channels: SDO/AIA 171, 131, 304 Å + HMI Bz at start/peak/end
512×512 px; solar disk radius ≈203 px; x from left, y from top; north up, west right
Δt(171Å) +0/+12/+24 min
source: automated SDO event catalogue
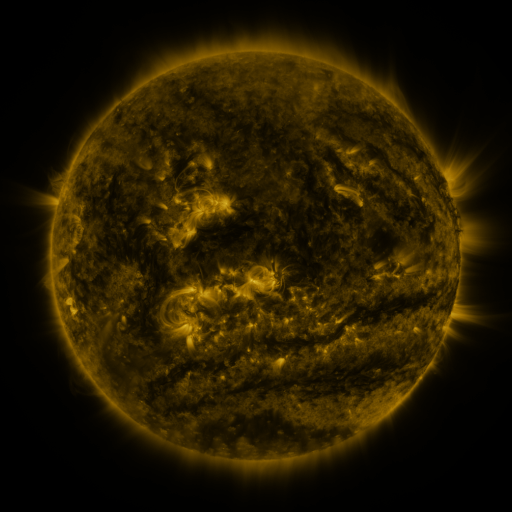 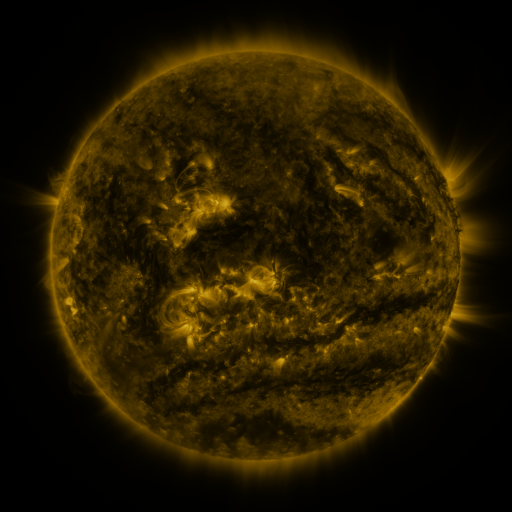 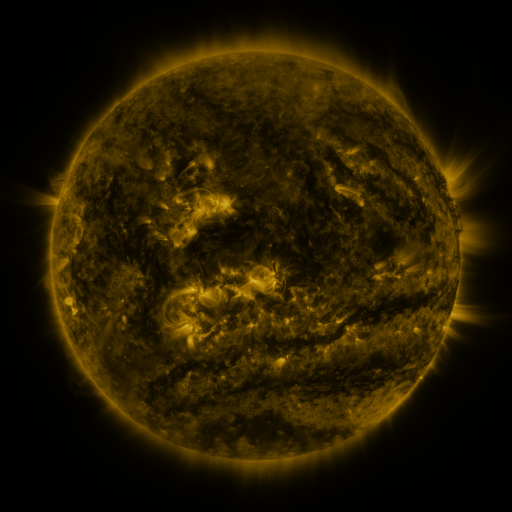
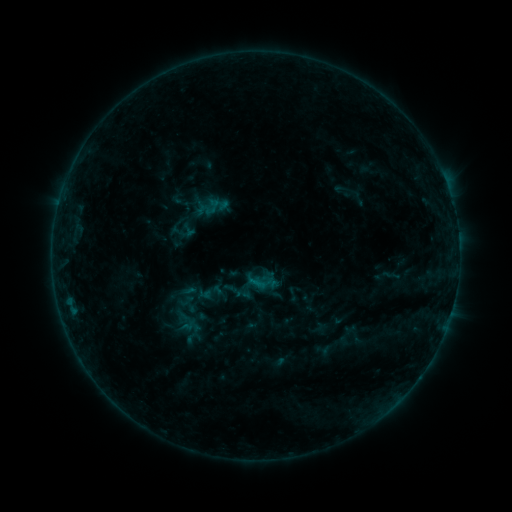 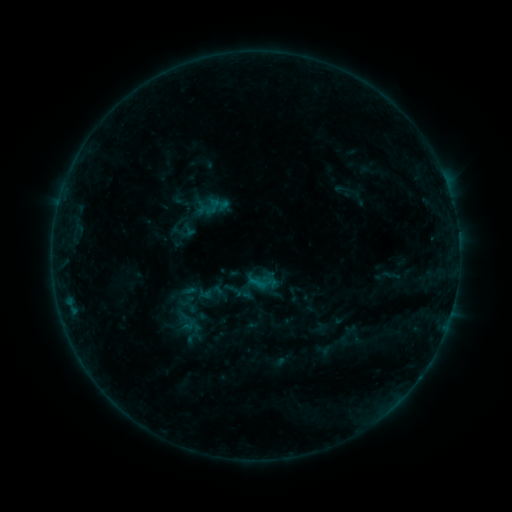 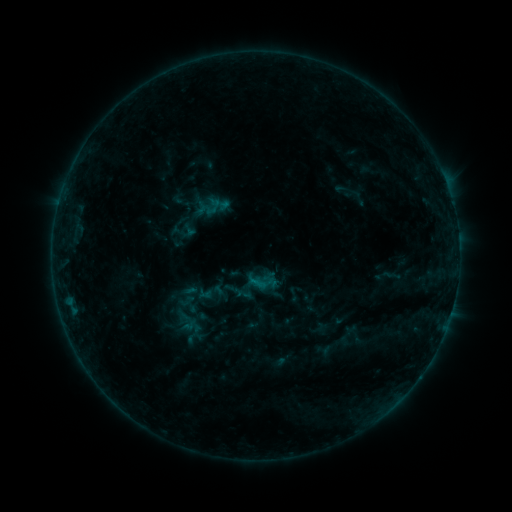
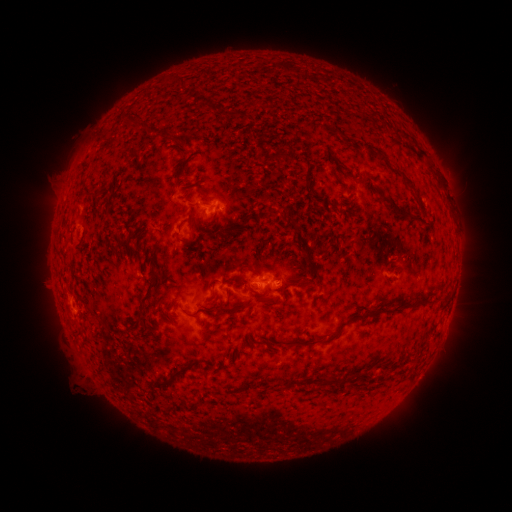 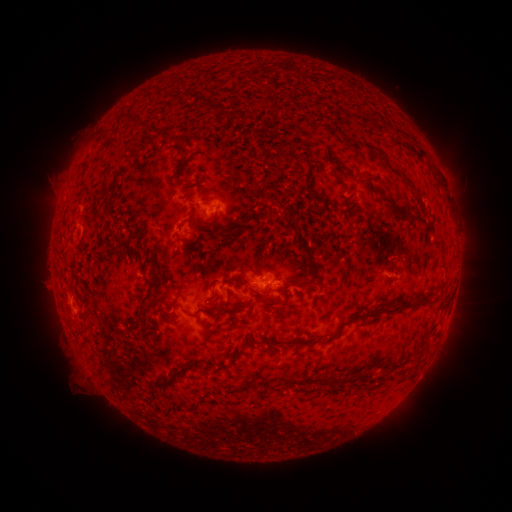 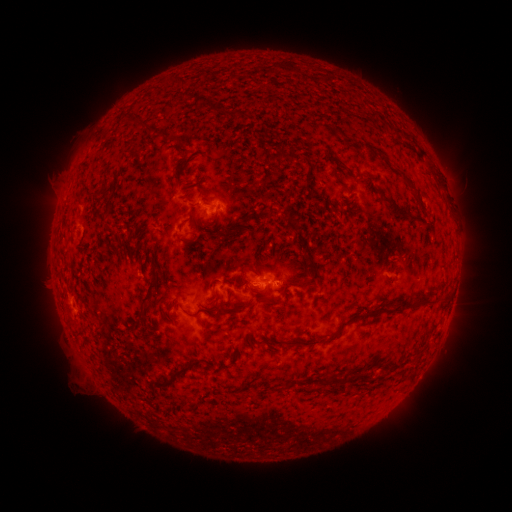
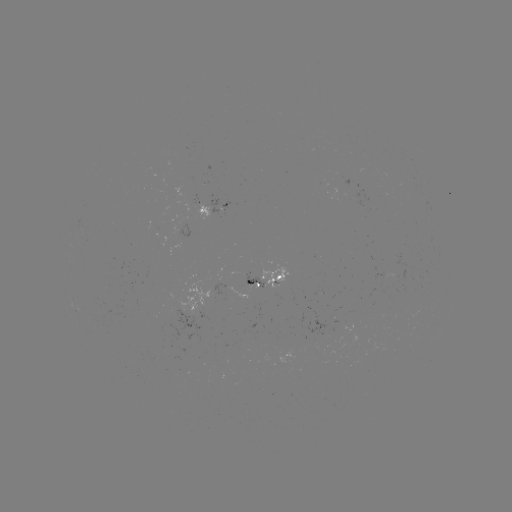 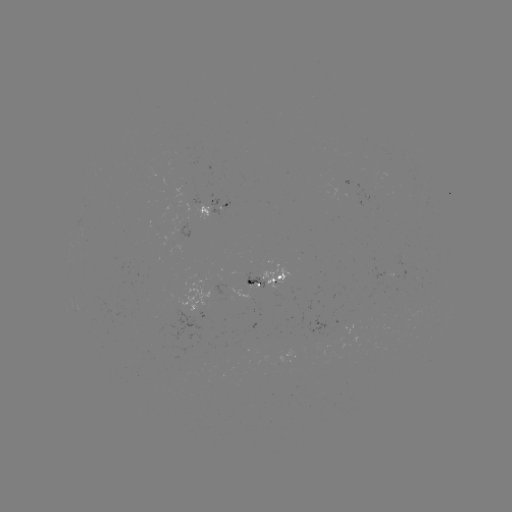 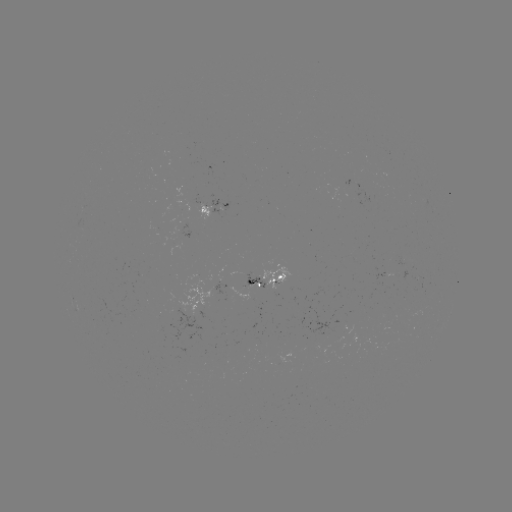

no flare in any classed list; no EUV-trigger detection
